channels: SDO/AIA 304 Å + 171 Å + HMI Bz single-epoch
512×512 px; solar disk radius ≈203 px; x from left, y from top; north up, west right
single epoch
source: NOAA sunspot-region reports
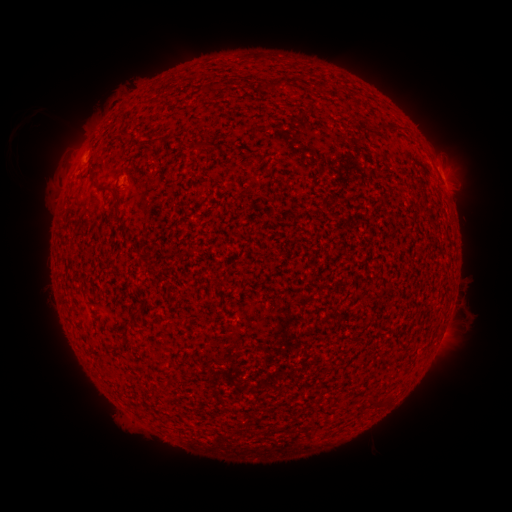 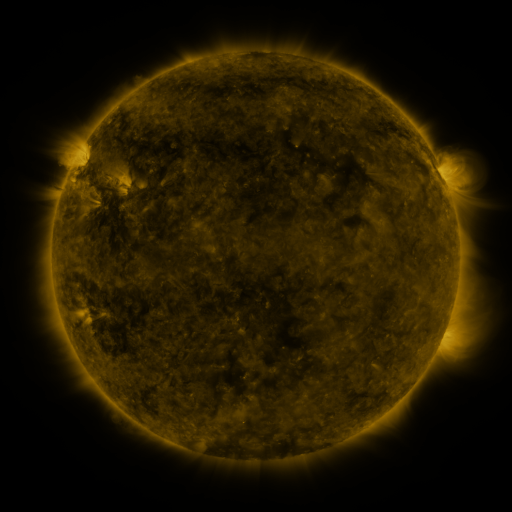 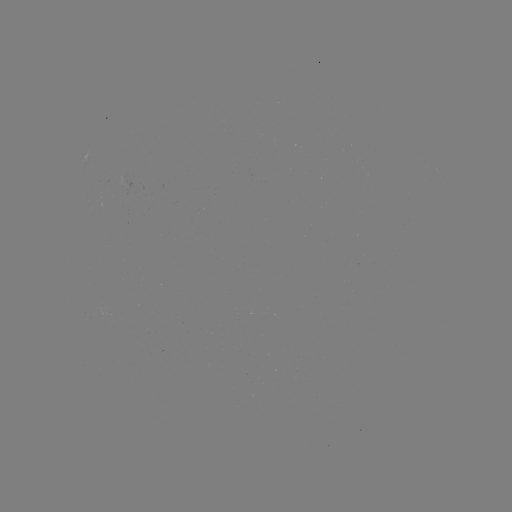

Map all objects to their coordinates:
spotted active region: (439, 170)
